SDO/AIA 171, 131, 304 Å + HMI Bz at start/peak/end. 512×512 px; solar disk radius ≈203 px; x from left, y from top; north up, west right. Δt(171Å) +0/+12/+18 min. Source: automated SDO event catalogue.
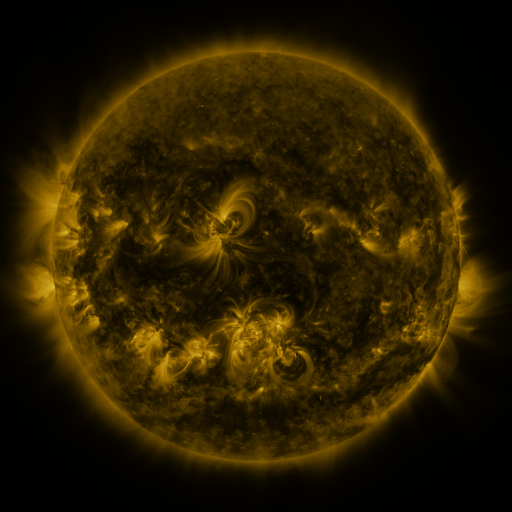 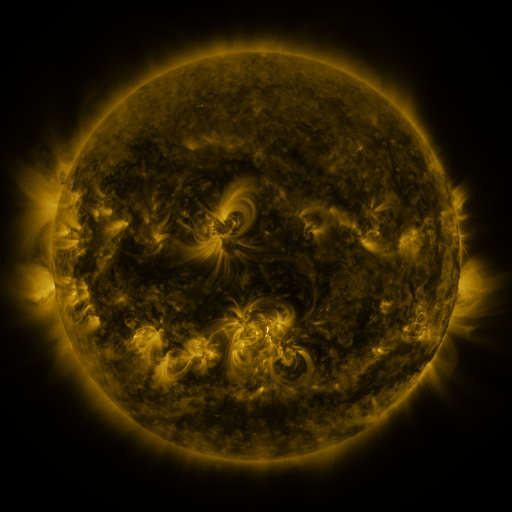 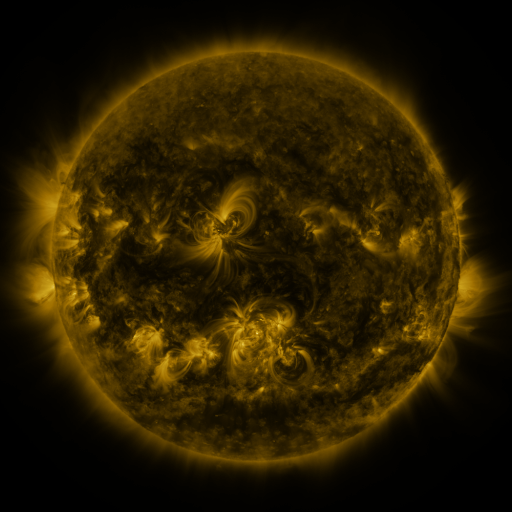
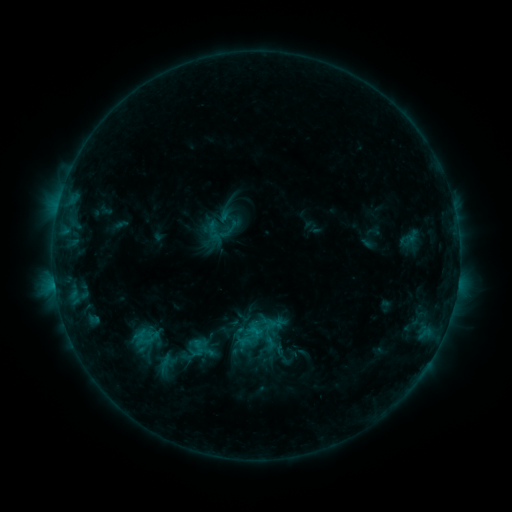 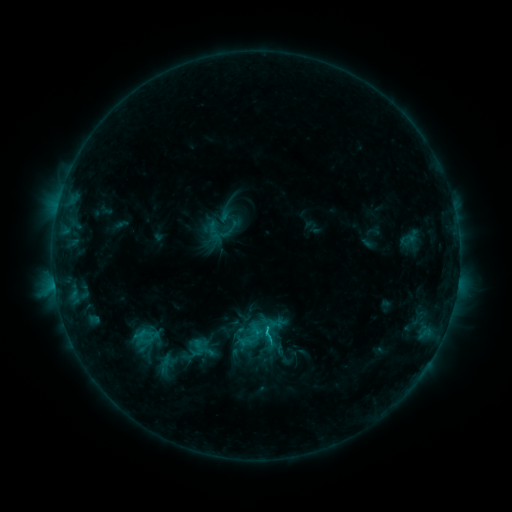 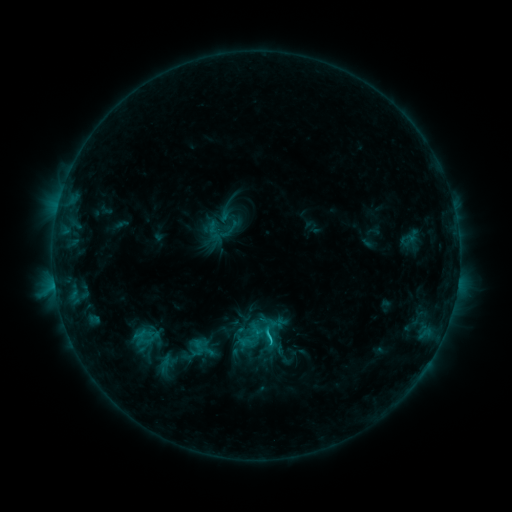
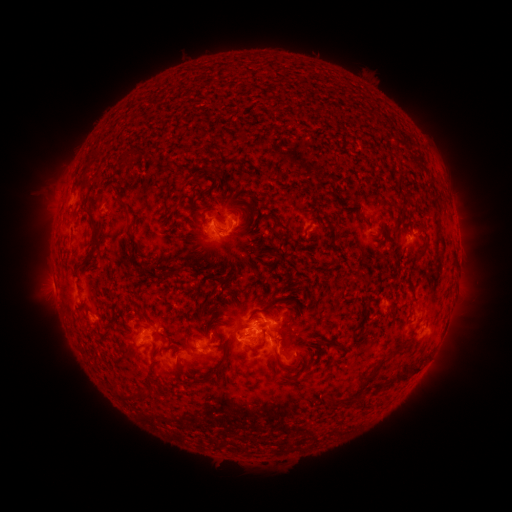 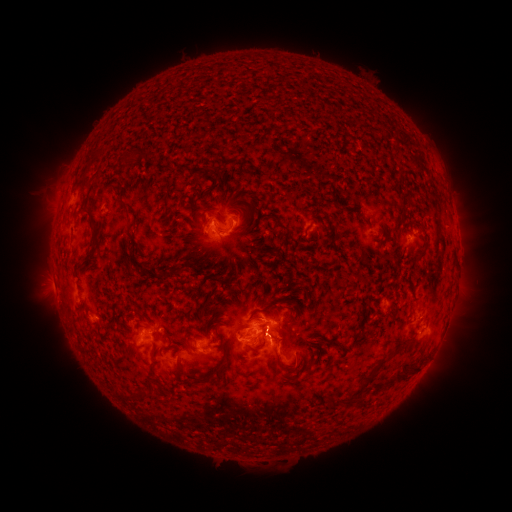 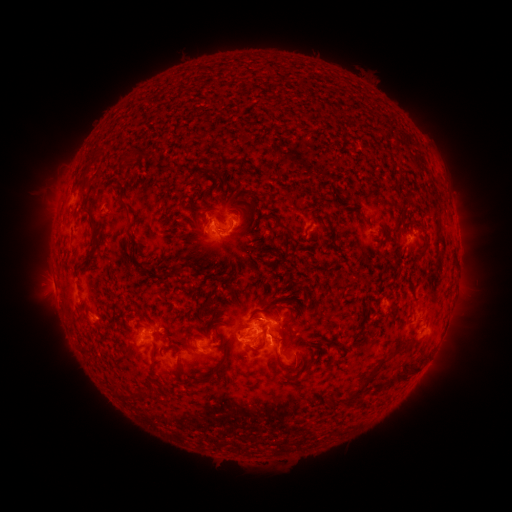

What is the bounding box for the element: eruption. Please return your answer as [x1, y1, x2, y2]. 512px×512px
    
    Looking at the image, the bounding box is [249, 319, 294, 356].